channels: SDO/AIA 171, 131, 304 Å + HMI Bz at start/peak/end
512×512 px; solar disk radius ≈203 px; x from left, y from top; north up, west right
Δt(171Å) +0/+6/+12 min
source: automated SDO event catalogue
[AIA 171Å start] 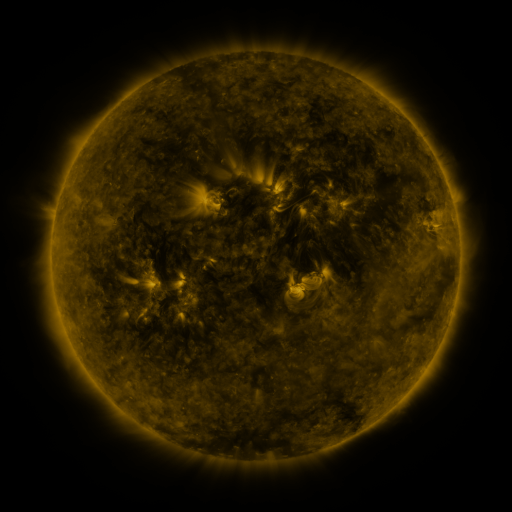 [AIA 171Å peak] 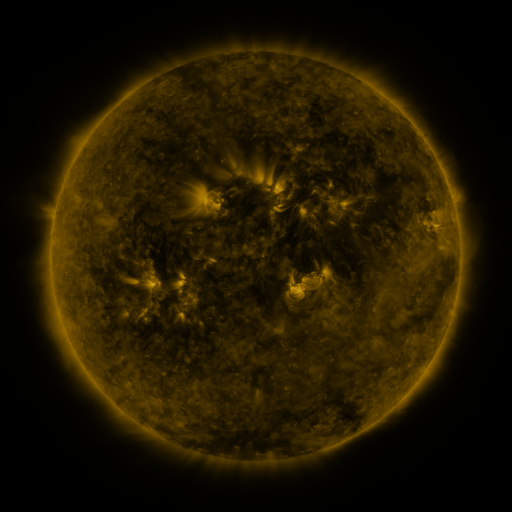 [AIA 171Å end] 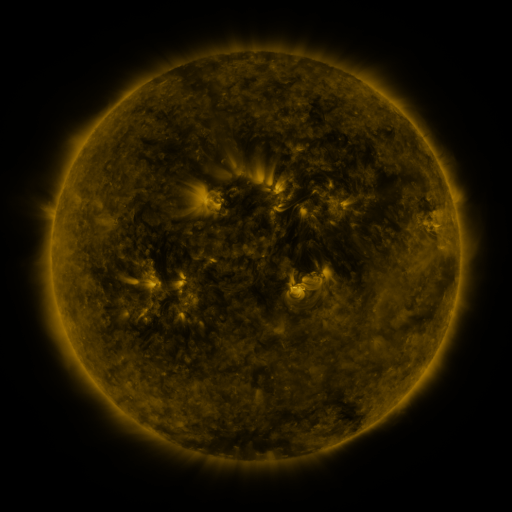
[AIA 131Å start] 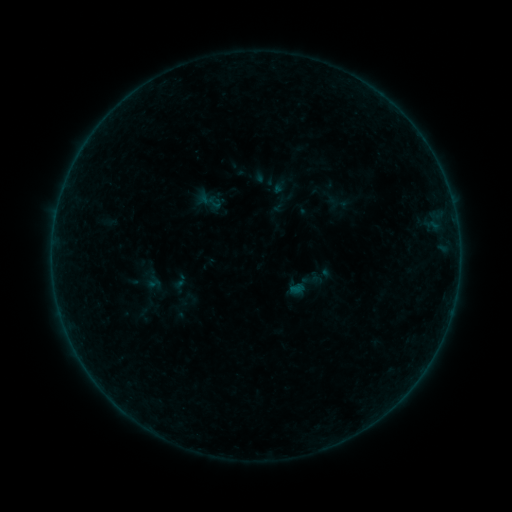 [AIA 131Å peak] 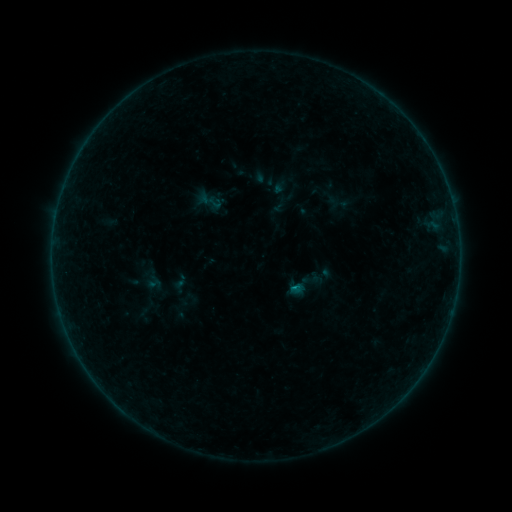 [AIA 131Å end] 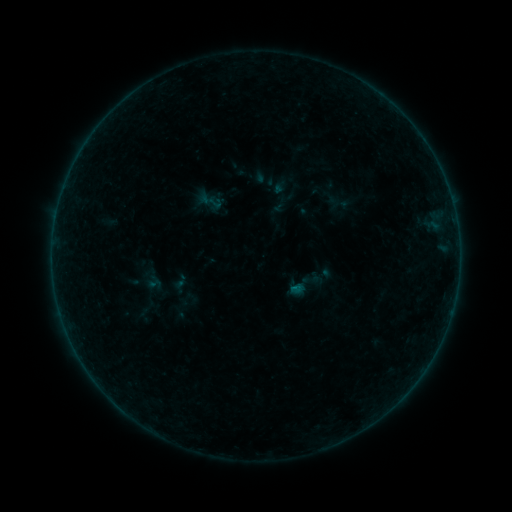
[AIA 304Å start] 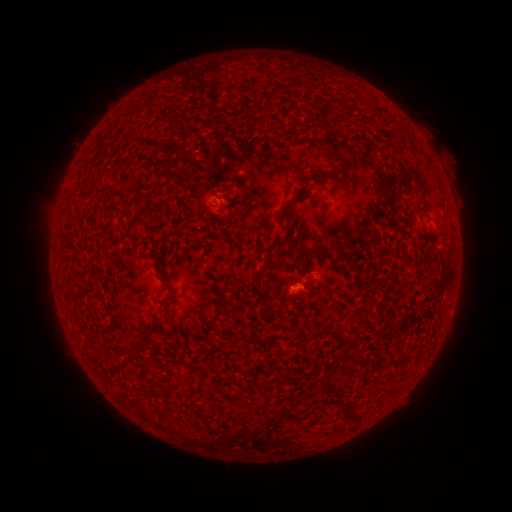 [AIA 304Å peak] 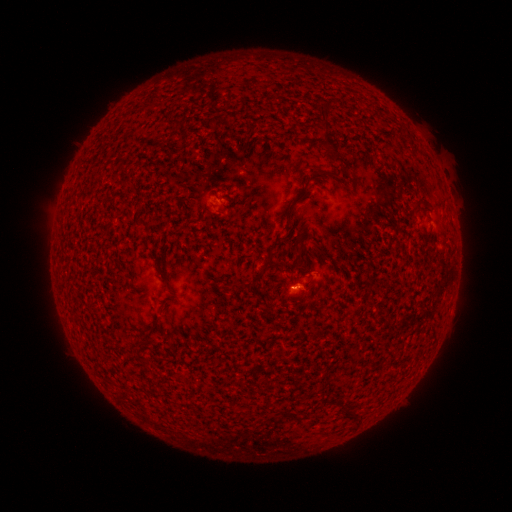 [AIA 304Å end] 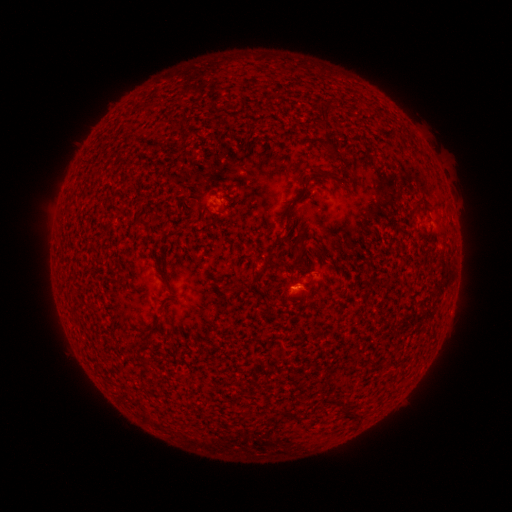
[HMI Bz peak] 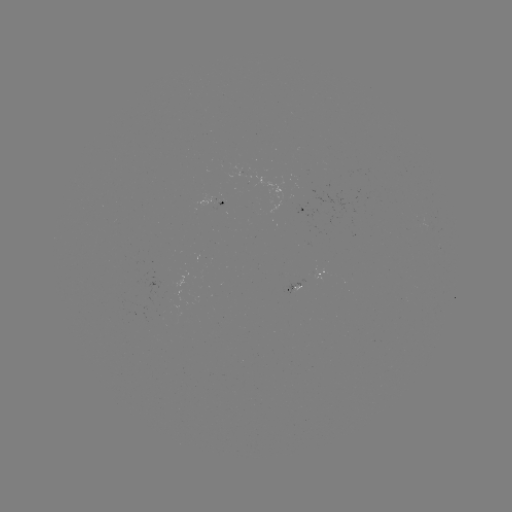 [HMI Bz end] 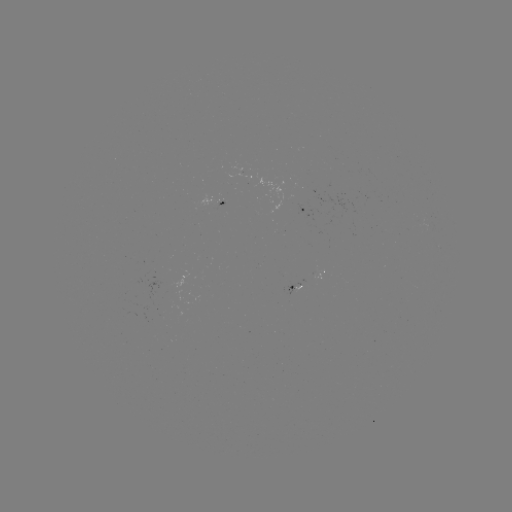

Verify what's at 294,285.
B1.5 flare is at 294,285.